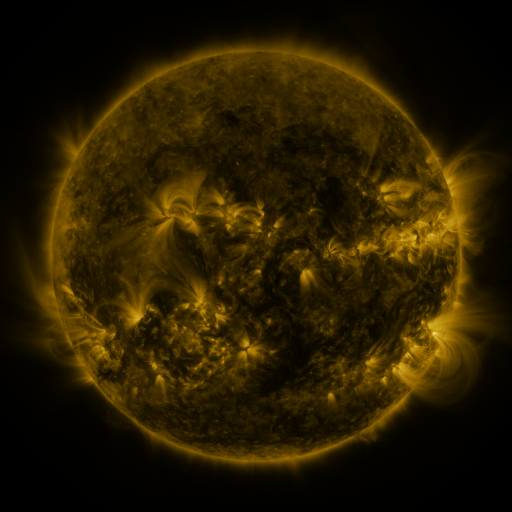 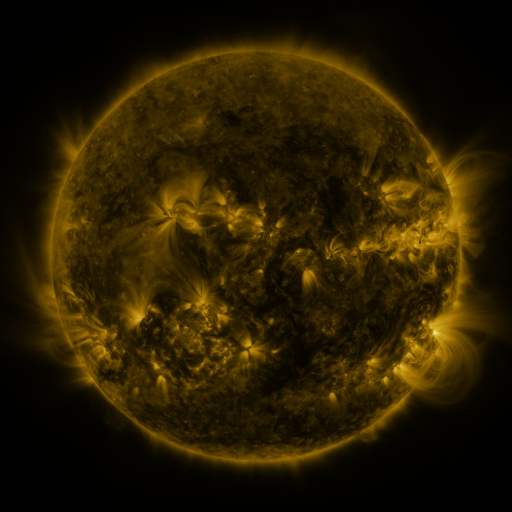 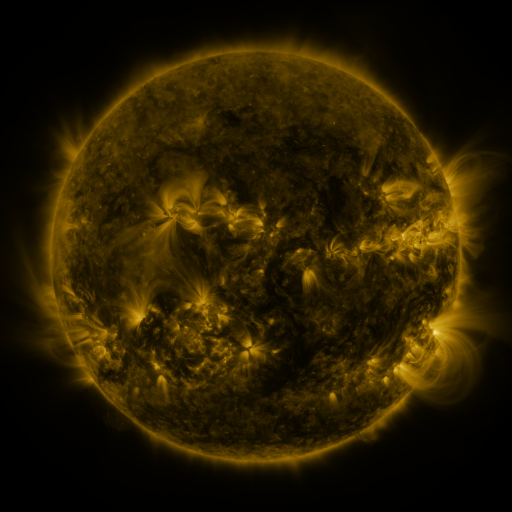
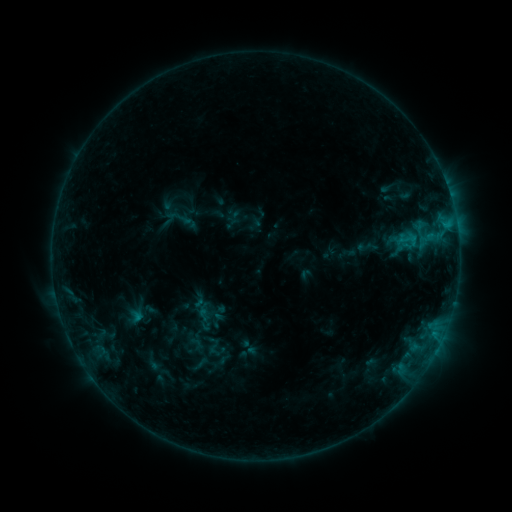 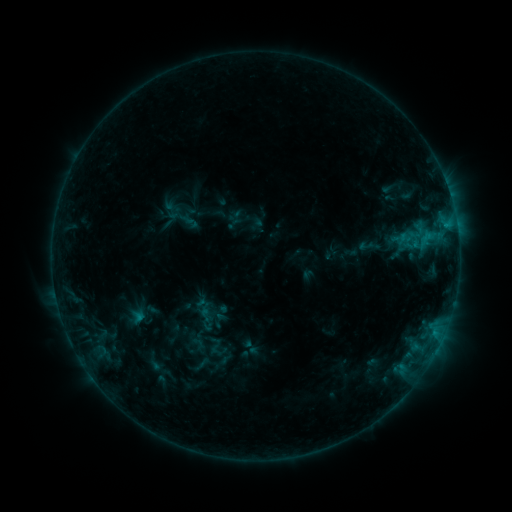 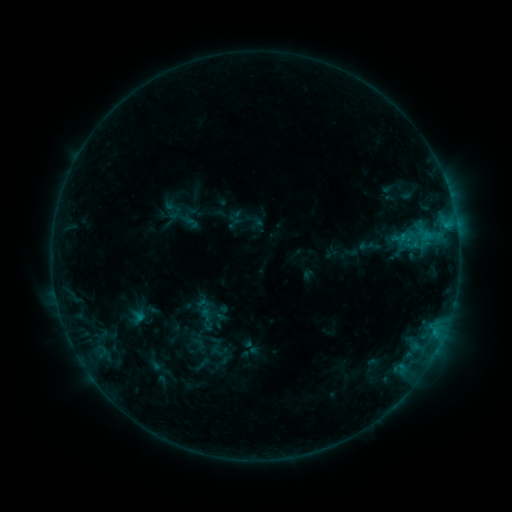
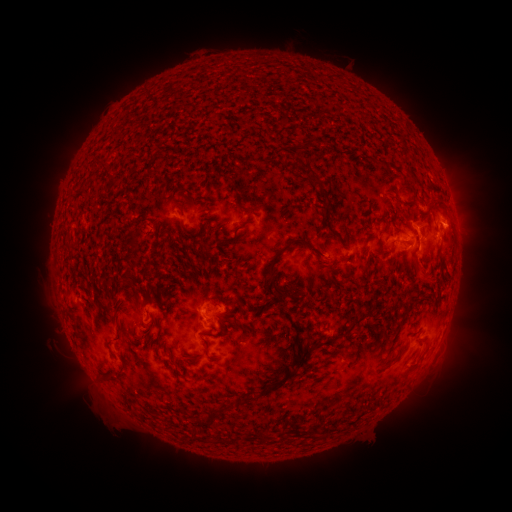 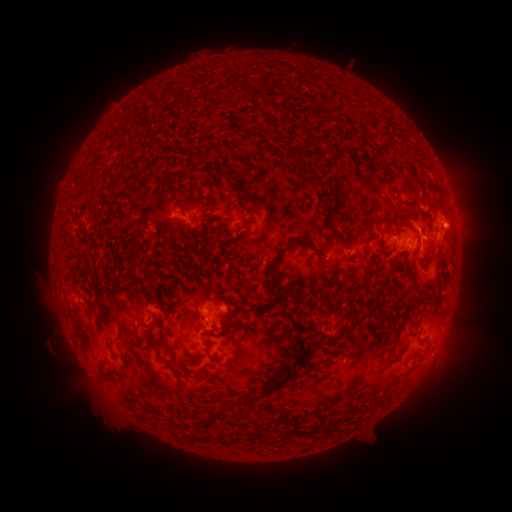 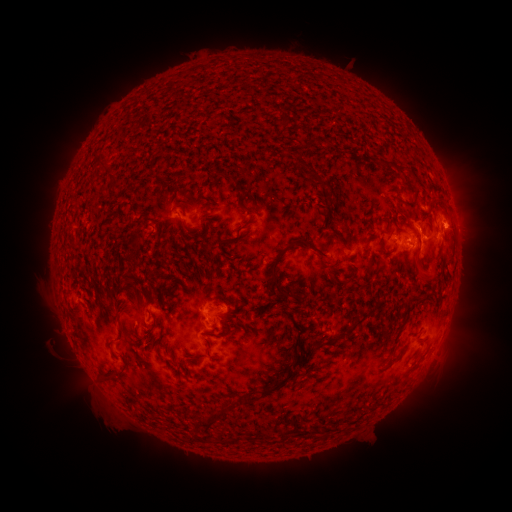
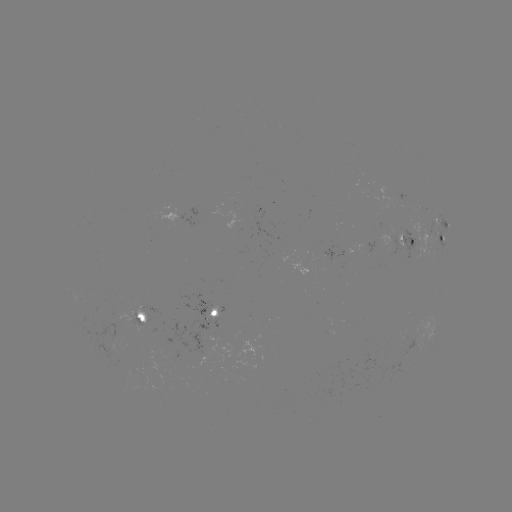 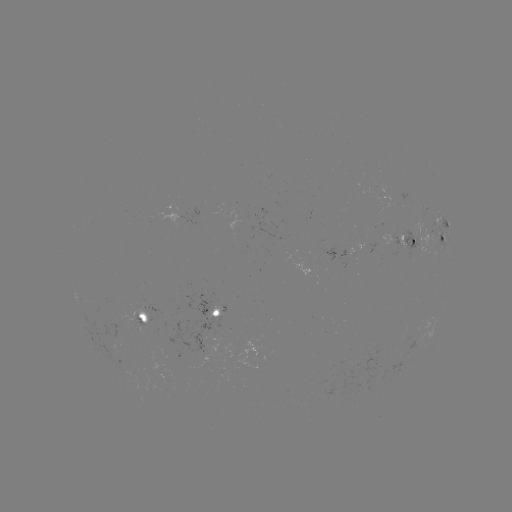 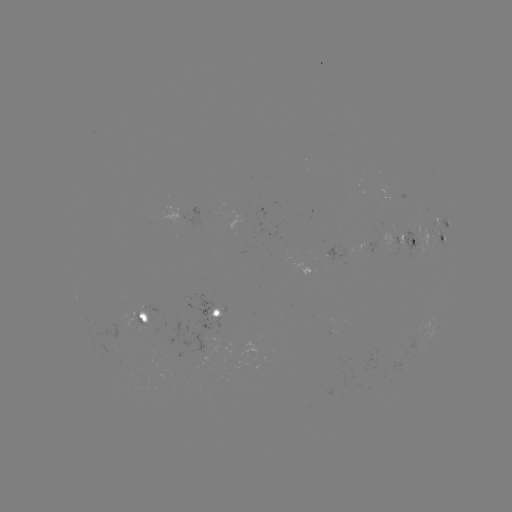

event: emerging-flux region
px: (214, 316)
